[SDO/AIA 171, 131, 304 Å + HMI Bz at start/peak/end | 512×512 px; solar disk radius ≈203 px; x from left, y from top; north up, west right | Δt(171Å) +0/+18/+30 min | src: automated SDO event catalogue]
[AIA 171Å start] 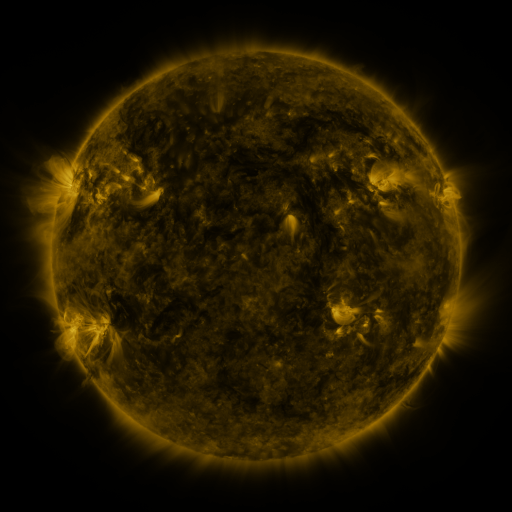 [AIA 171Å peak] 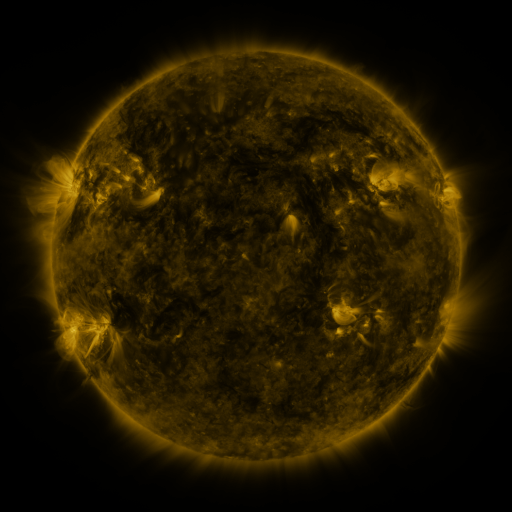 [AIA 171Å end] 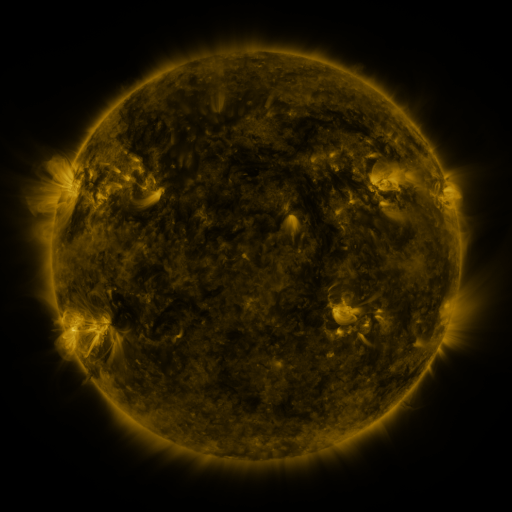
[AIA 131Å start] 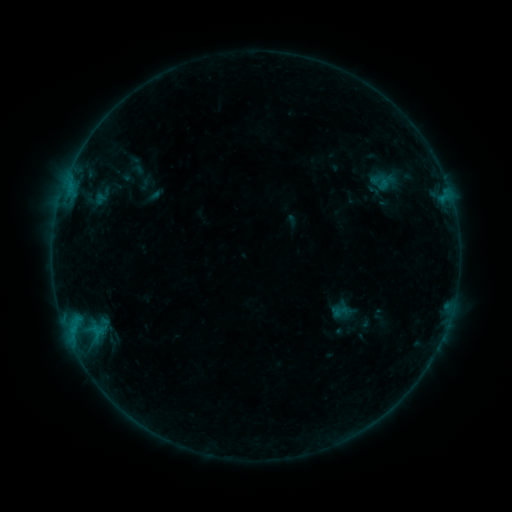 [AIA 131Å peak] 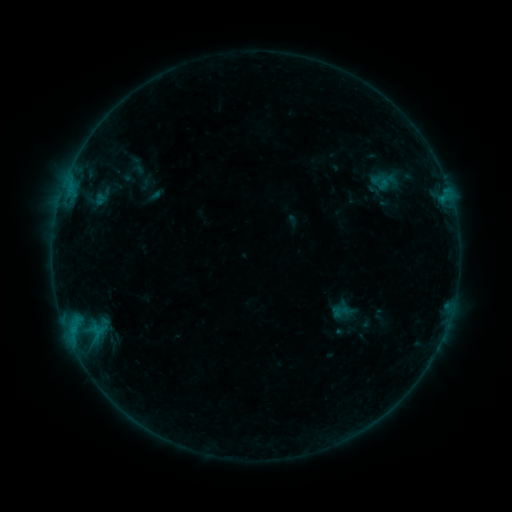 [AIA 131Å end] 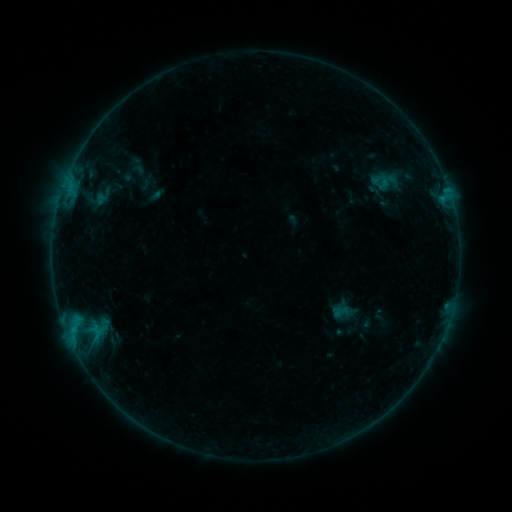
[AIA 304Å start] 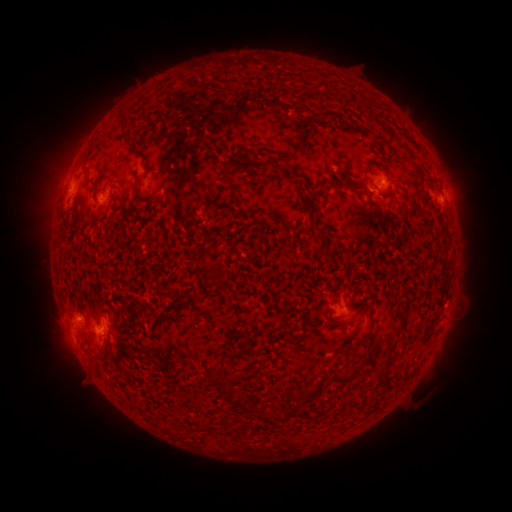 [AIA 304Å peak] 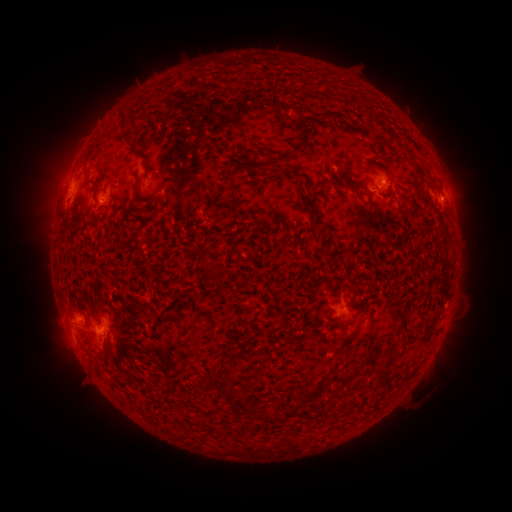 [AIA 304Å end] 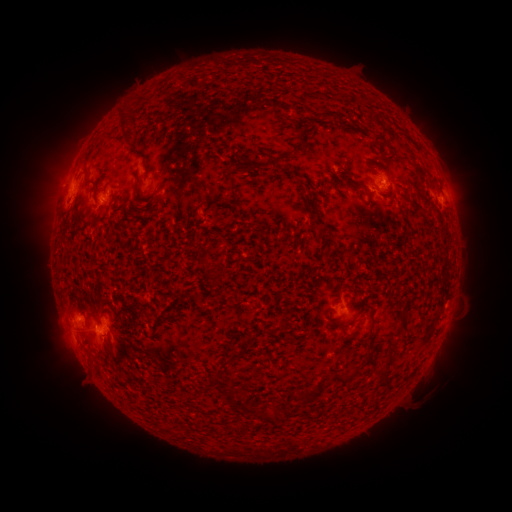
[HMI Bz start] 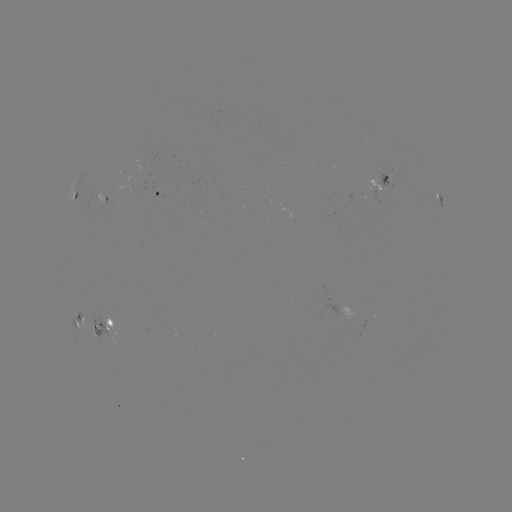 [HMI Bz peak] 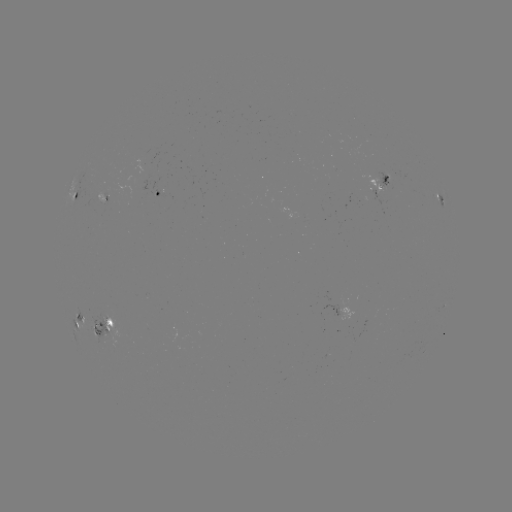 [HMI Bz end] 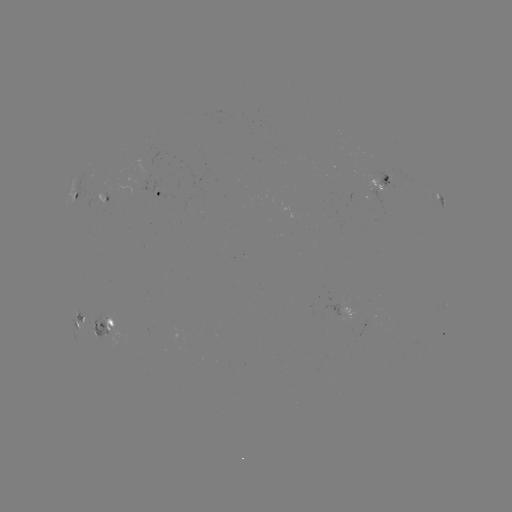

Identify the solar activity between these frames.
no flare in any classed list; no EUV-trigger detection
